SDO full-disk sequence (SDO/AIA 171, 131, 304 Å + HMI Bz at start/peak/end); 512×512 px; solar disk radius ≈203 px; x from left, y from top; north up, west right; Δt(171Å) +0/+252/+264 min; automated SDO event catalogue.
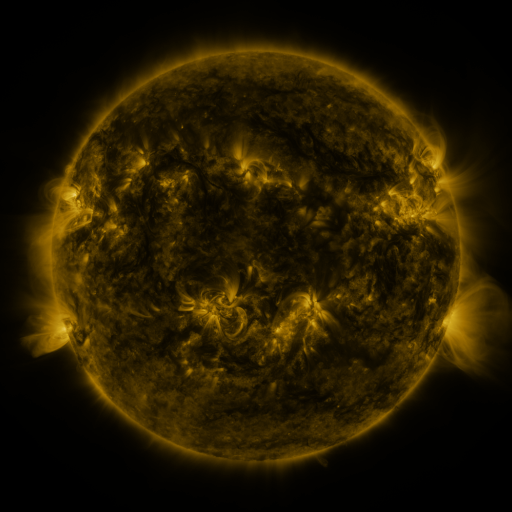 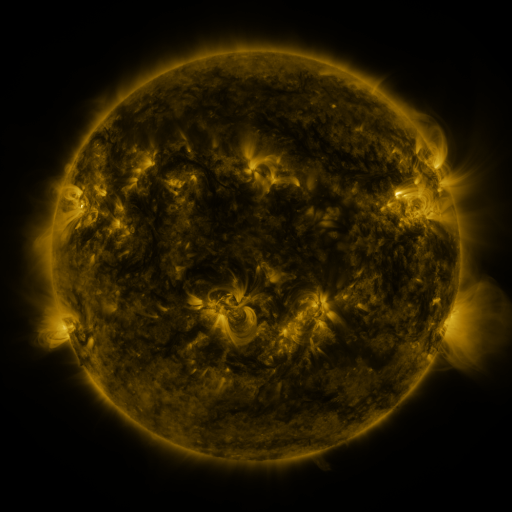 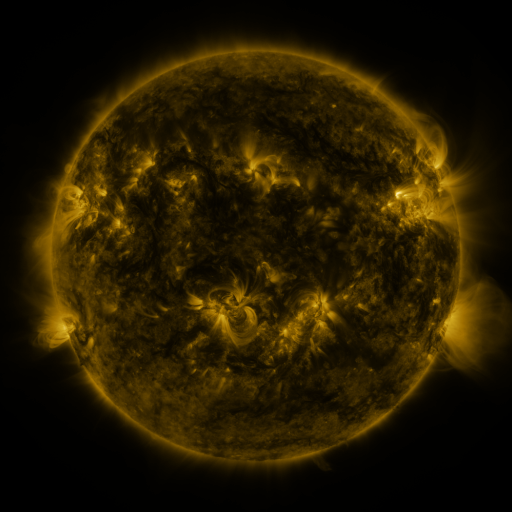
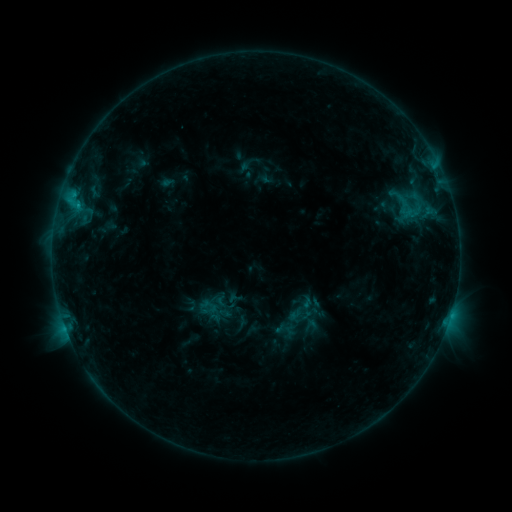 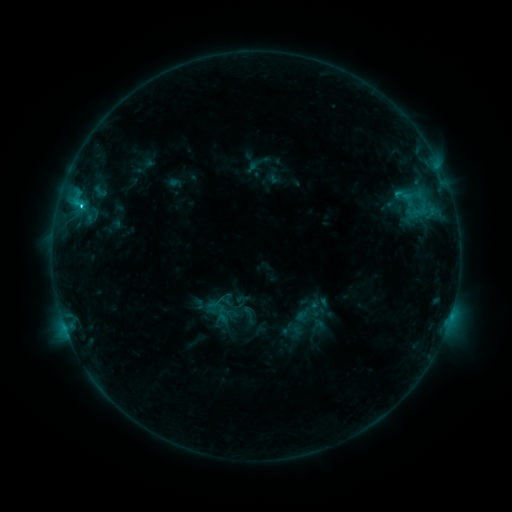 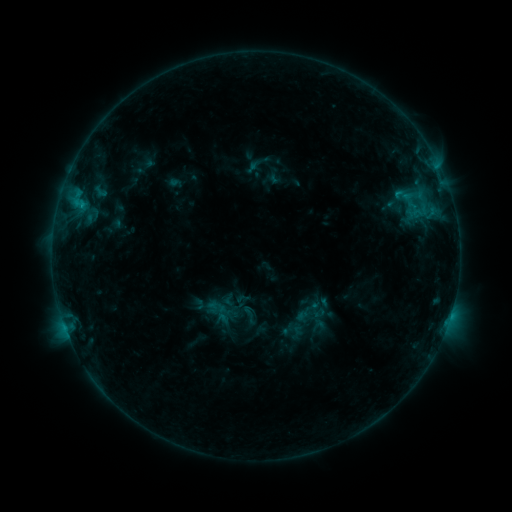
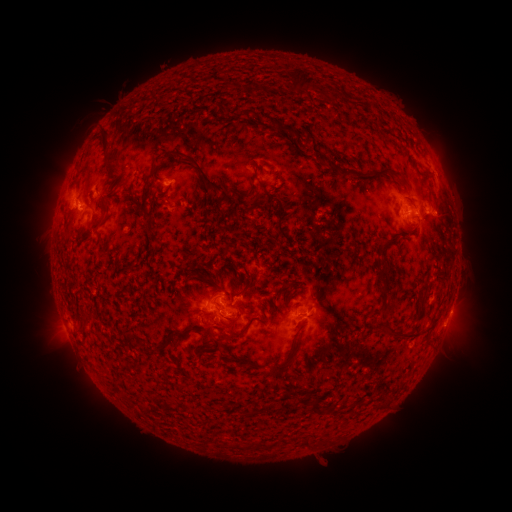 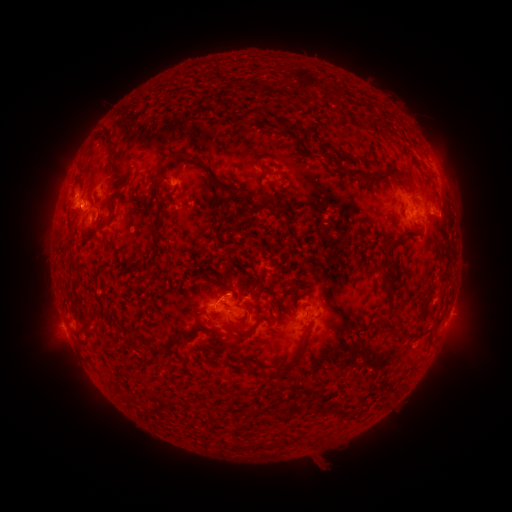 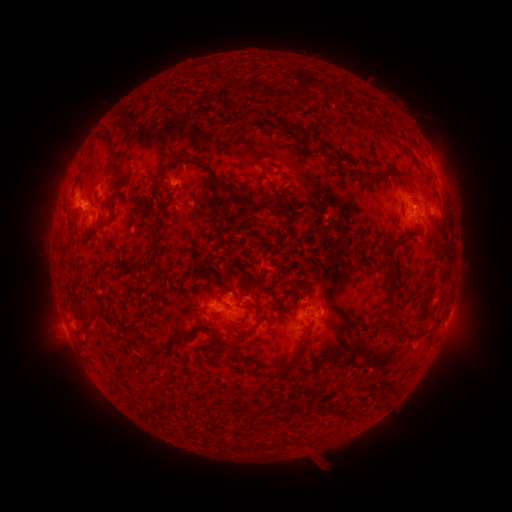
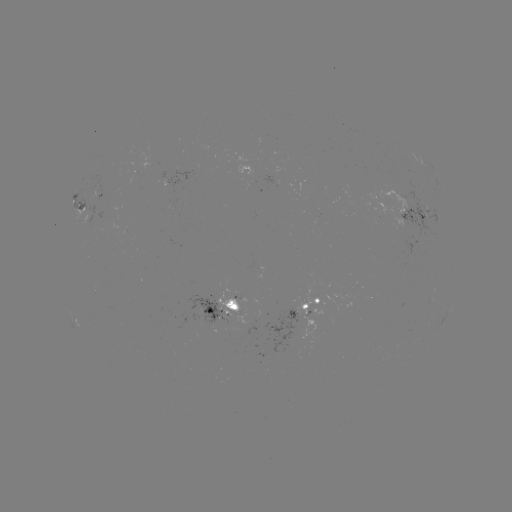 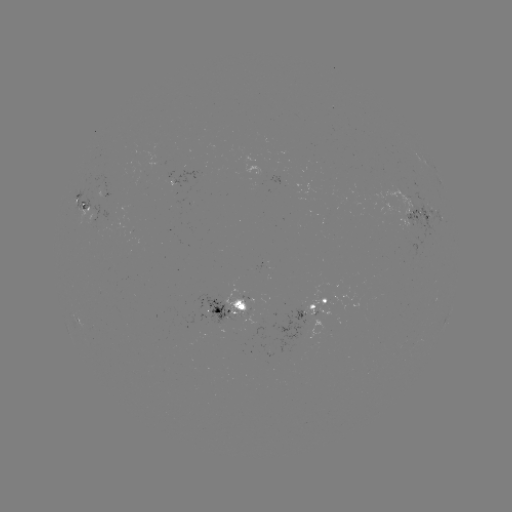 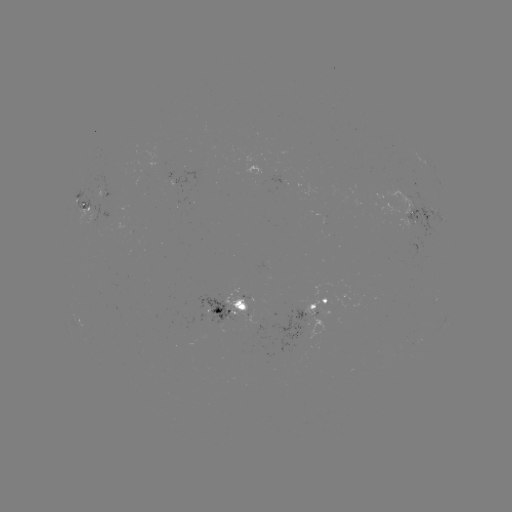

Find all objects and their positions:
emerging-flux region: (98, 210)
